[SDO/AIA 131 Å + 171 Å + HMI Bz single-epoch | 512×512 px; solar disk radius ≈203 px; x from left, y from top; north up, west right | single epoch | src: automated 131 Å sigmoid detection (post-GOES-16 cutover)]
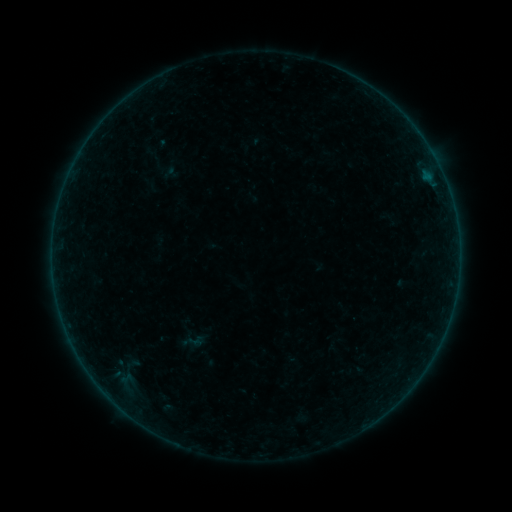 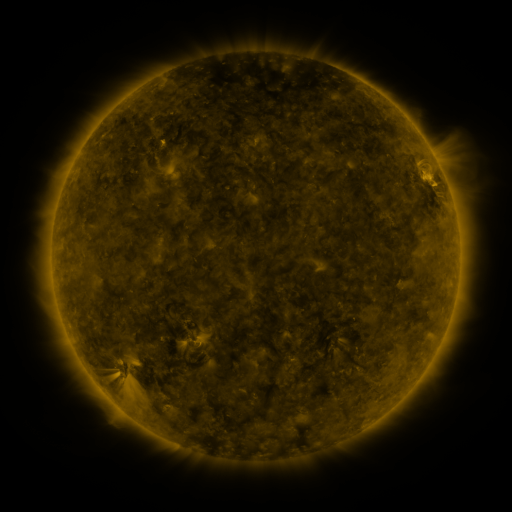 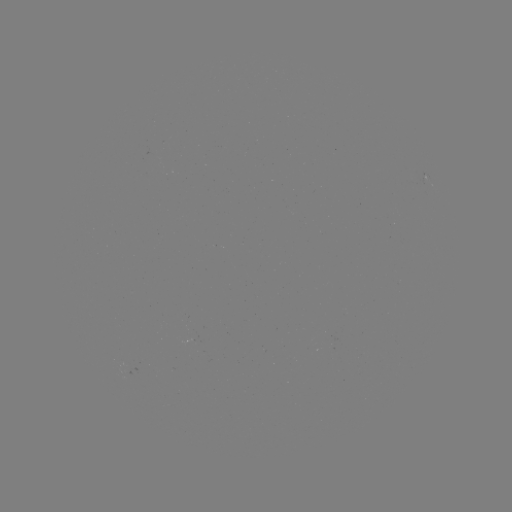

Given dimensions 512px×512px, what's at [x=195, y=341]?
sigmoid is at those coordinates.